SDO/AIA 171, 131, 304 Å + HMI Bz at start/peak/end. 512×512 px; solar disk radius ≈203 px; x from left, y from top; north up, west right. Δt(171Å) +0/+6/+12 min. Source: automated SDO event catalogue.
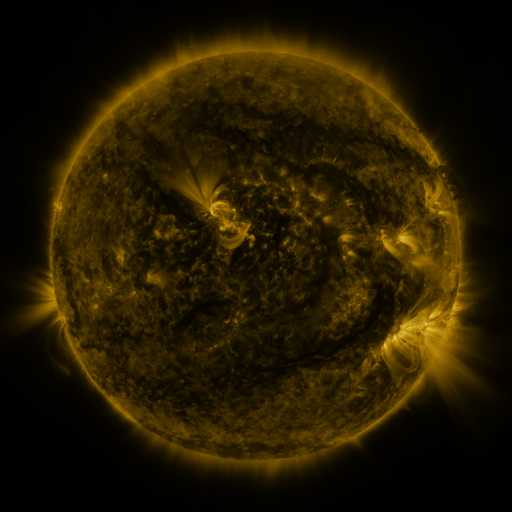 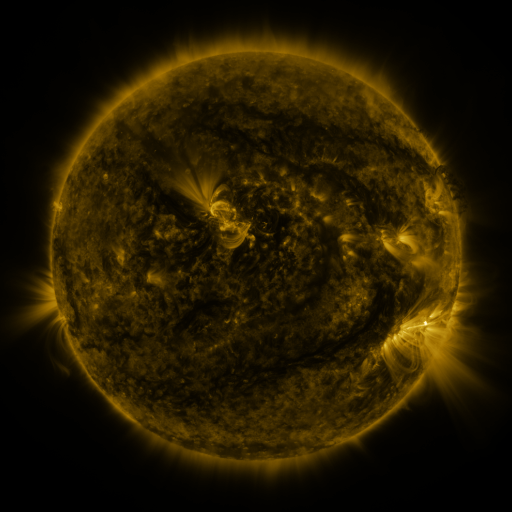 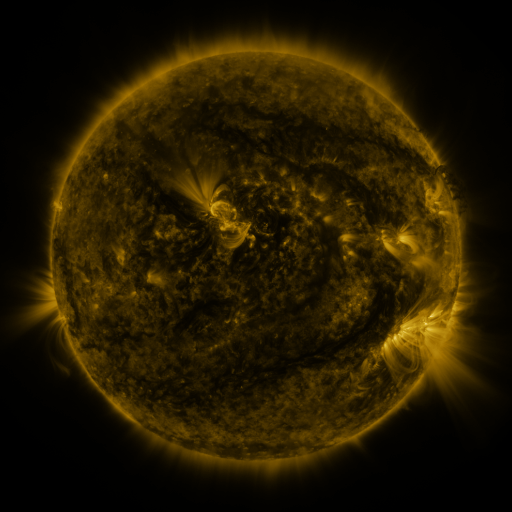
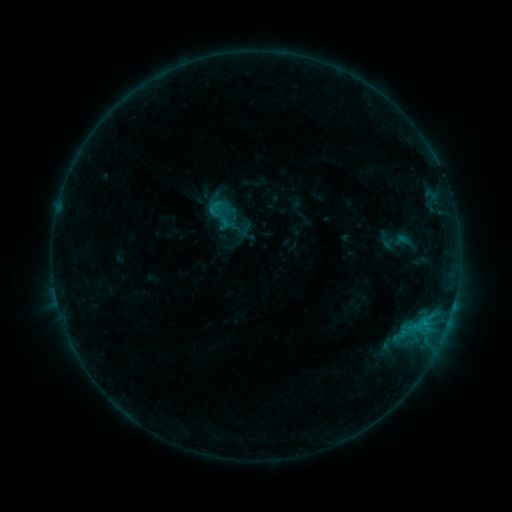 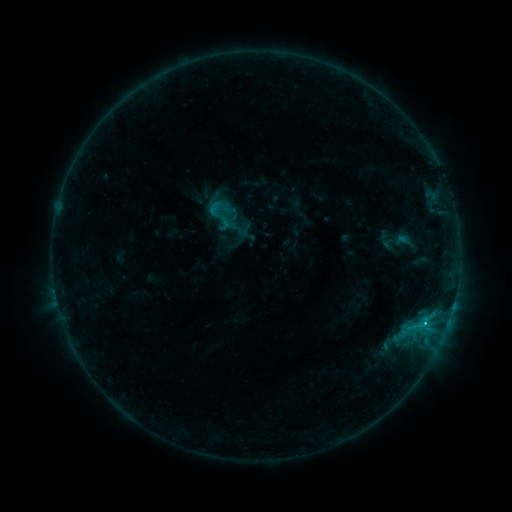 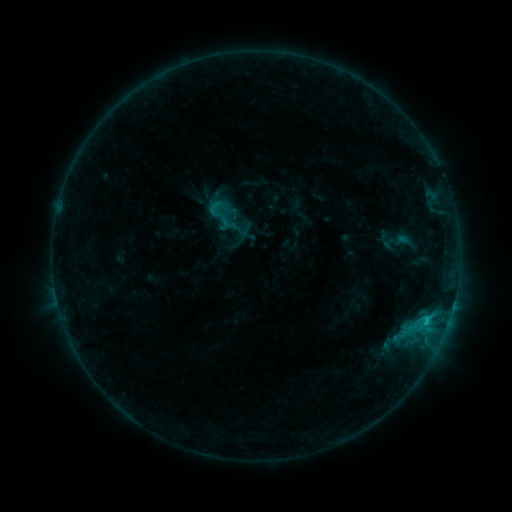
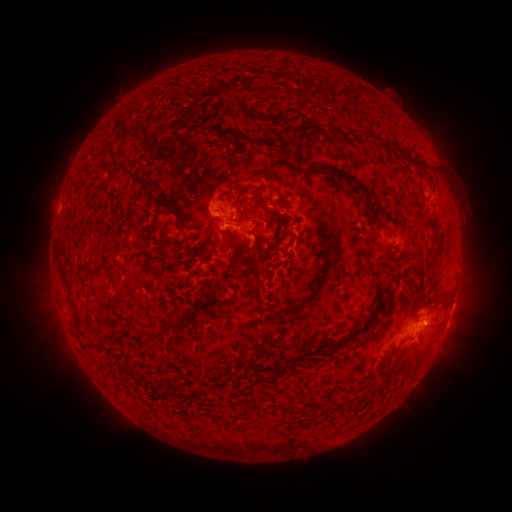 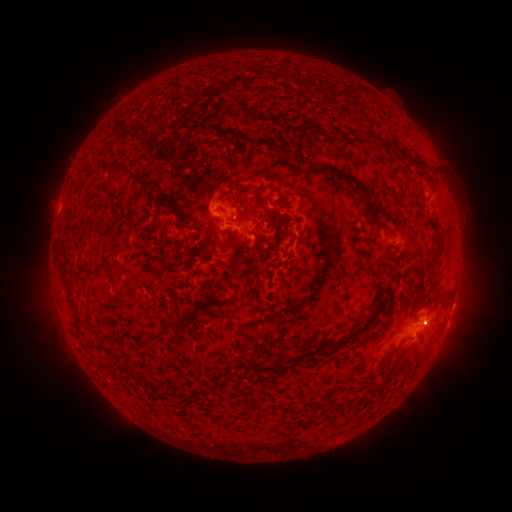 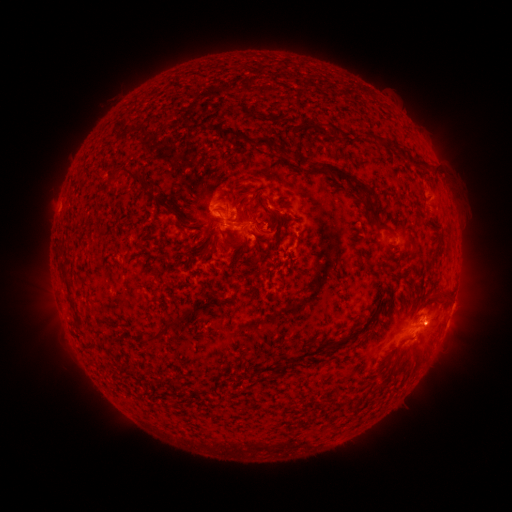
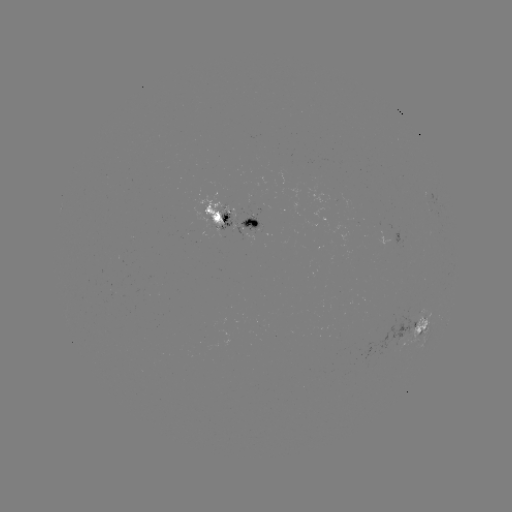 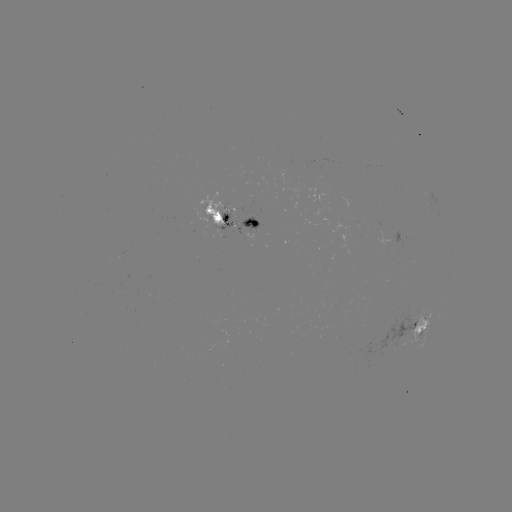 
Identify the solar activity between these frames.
C1.3 flare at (425, 321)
